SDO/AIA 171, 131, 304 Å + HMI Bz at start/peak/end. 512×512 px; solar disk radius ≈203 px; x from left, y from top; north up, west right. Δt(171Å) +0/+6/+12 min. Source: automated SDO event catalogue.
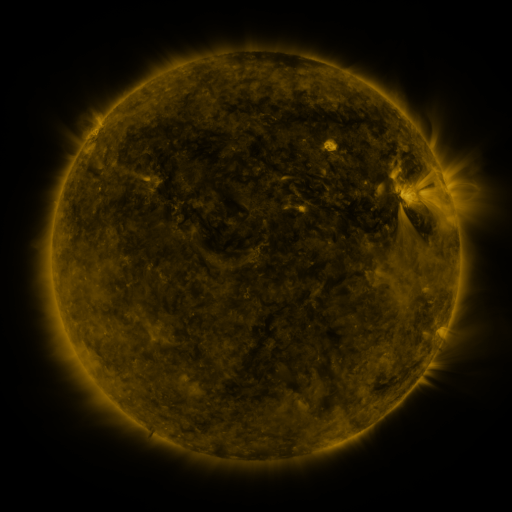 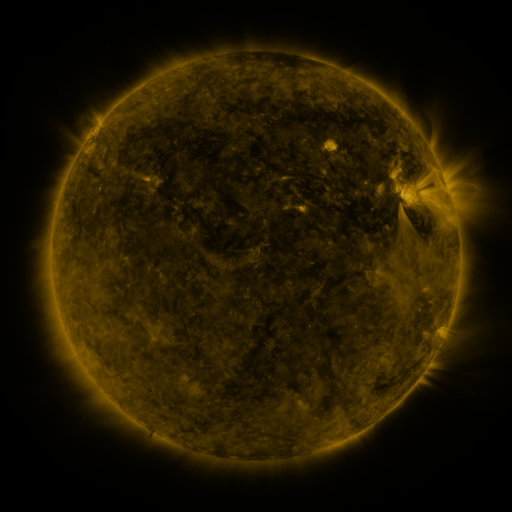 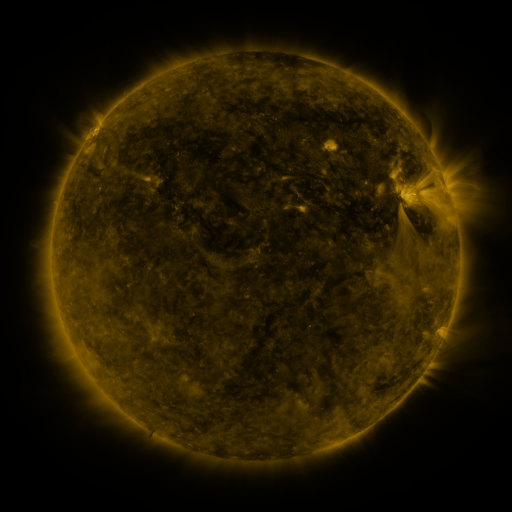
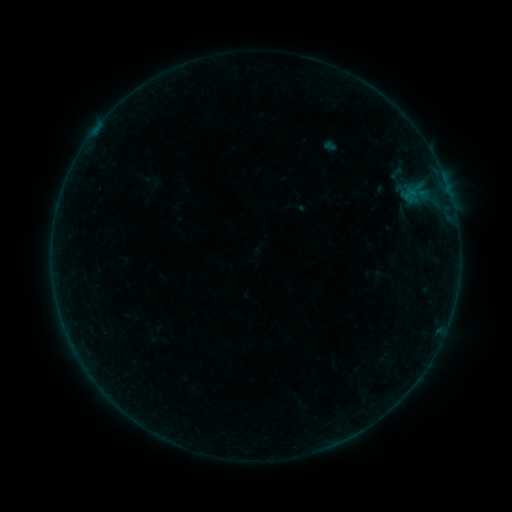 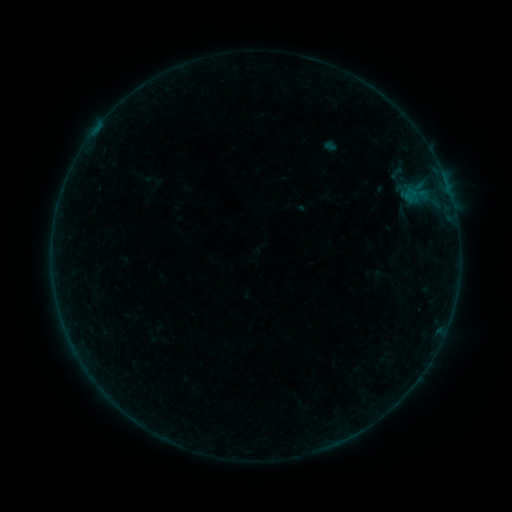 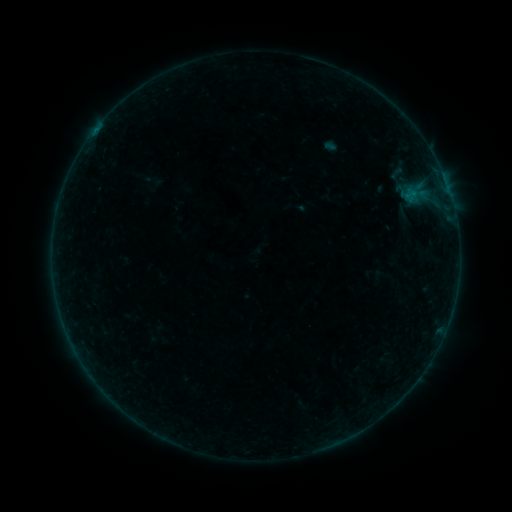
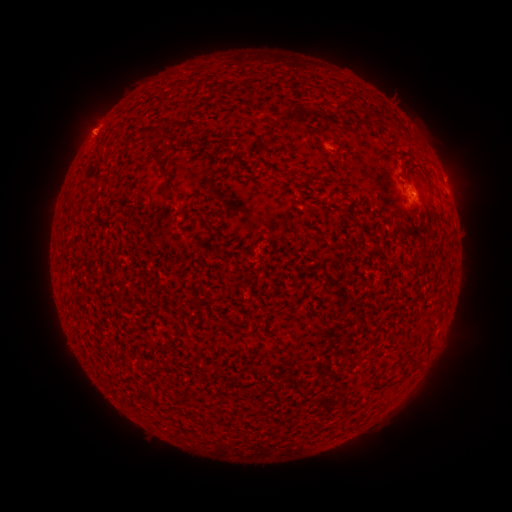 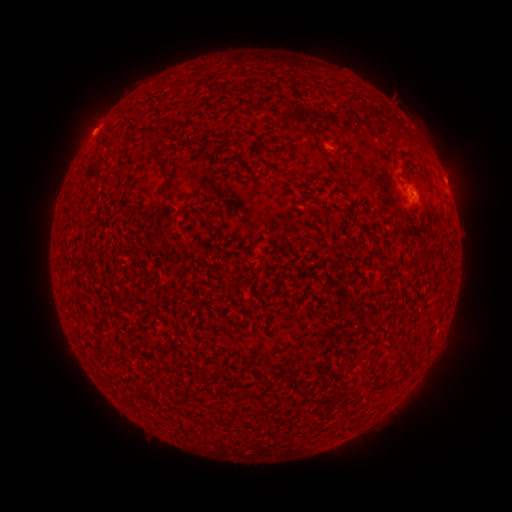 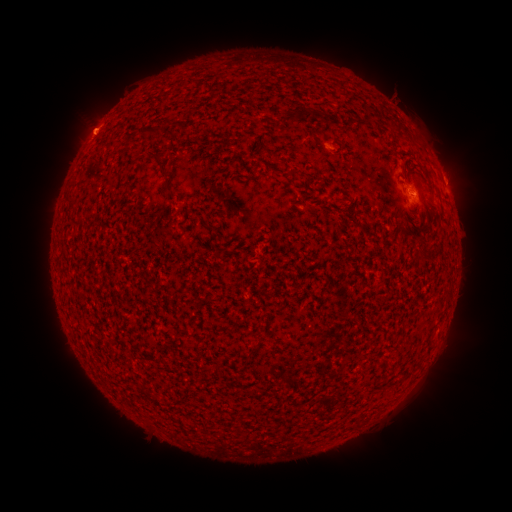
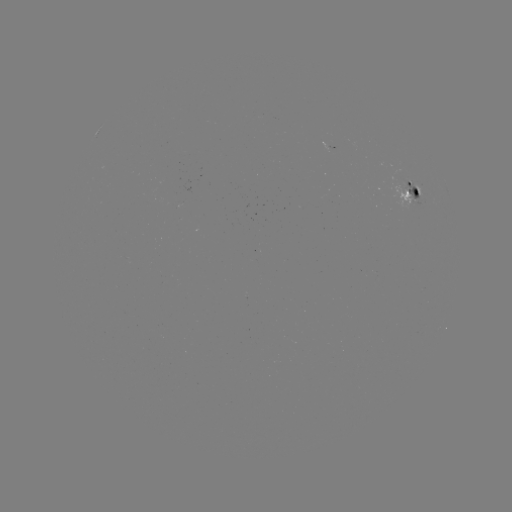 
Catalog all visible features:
eruption: (460, 178)
